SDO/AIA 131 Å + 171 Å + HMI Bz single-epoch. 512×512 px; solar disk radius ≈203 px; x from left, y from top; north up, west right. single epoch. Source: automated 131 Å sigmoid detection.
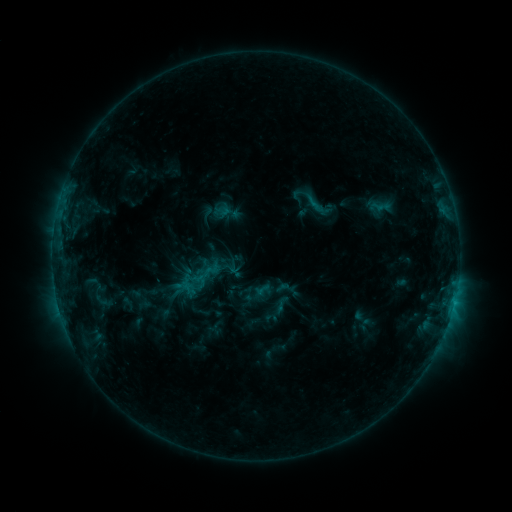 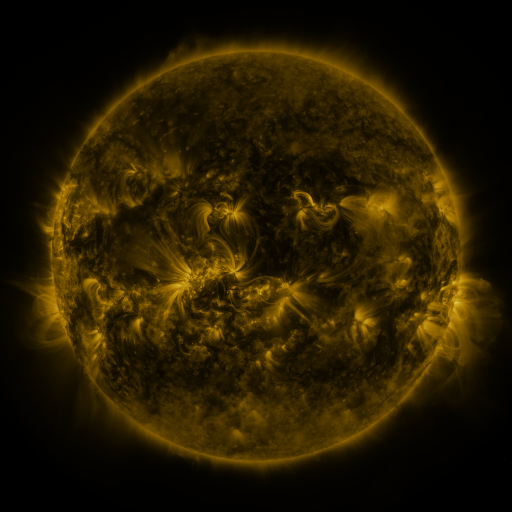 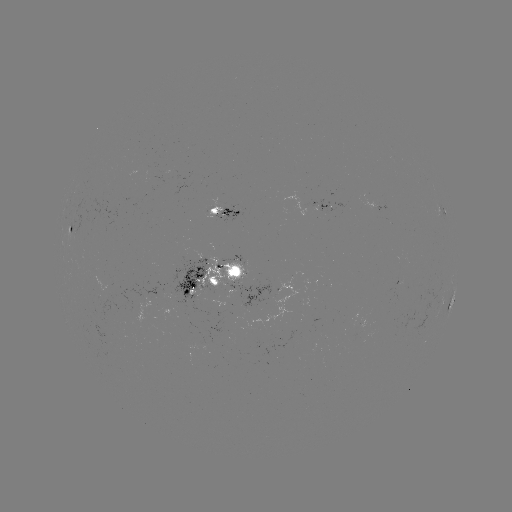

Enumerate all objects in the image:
sigmoid: (312, 201)
sigmoid: (222, 261)
sigmoid: (283, 288)
